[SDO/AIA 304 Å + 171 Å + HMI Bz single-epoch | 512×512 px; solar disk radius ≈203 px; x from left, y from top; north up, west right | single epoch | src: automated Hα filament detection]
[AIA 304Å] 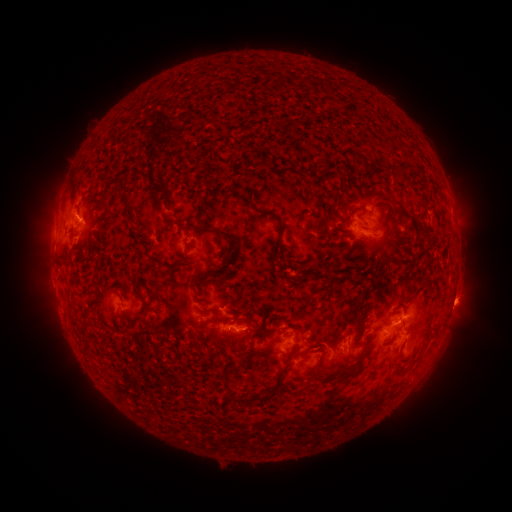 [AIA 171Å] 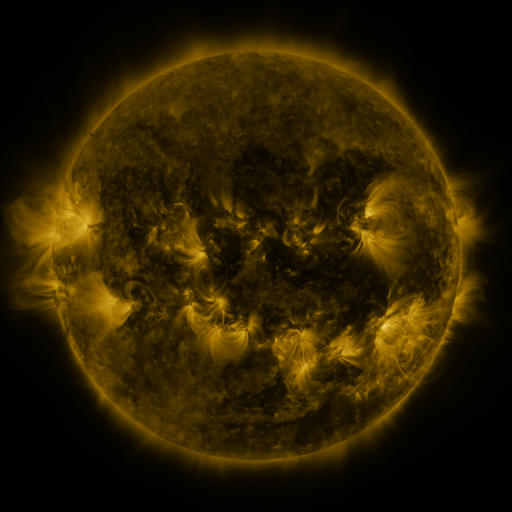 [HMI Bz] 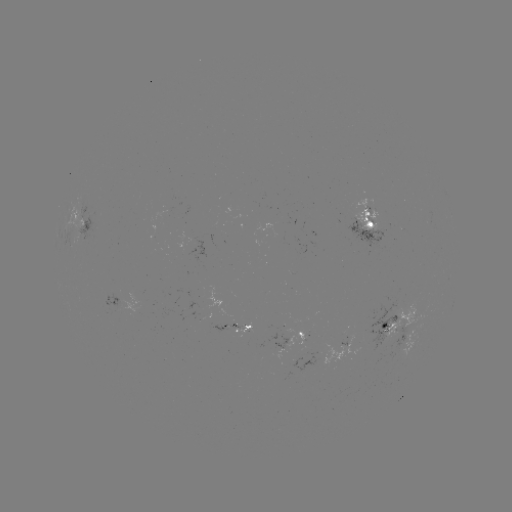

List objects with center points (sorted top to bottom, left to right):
filament: (250, 165)
filament: (403, 166)
filament: (334, 174)
filament: (153, 186)
filament: (128, 209)
filament: (103, 213)
filament: (381, 218)
filament: (419, 222)
filament: (176, 224)
filament: (280, 224)
filament: (235, 241)
filament: (281, 249)
filament: (179, 266)
filament: (328, 276)
filament: (118, 281)
filament: (156, 296)
filament: (144, 303)
filament: (201, 322)
filament: (385, 324)
filament: (311, 339)
filament: (314, 346)
filament: (267, 352)
filament: (294, 355)
filament: (229, 372)
filament: (281, 372)
filament: (315, 372)
filament: (354, 372)
filament: (248, 399)
